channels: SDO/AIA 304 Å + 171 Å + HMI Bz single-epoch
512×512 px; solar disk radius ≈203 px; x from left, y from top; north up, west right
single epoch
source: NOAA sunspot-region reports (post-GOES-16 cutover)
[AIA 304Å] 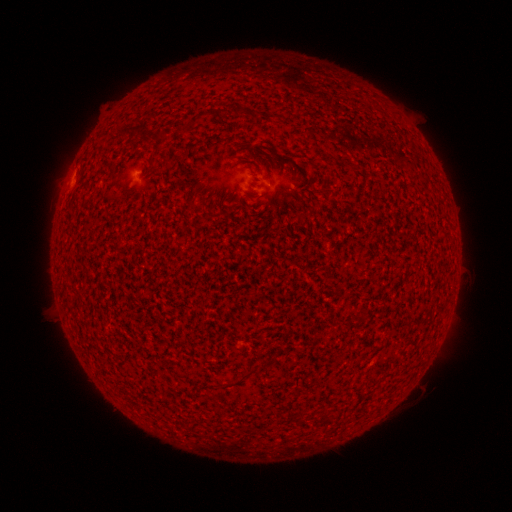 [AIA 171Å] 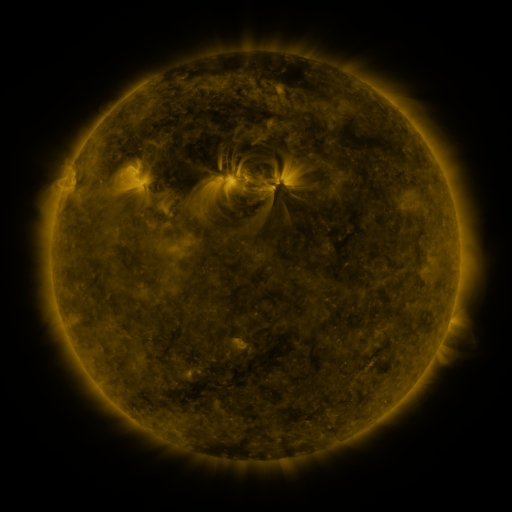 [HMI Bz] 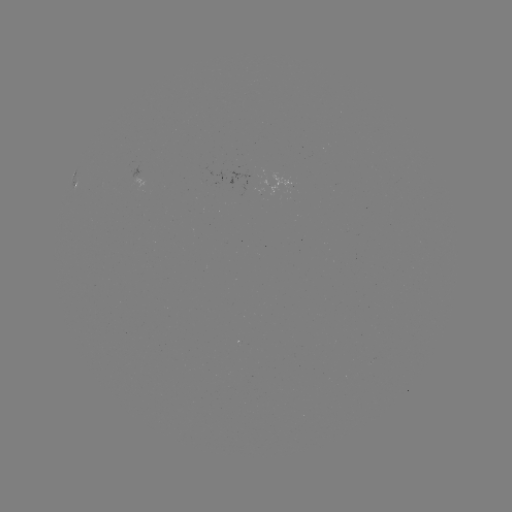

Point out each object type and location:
spotted active region: (136, 178)
spotted active region: (75, 189)
